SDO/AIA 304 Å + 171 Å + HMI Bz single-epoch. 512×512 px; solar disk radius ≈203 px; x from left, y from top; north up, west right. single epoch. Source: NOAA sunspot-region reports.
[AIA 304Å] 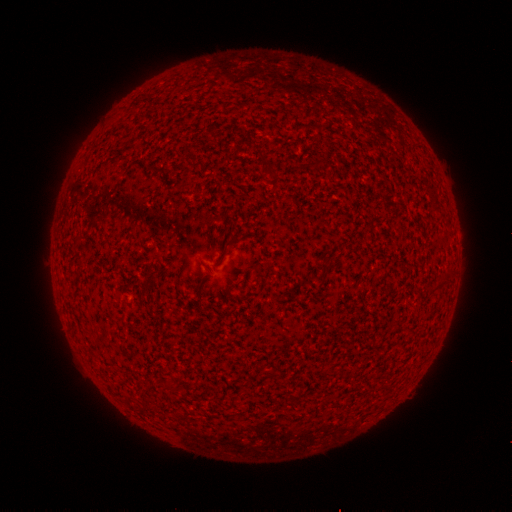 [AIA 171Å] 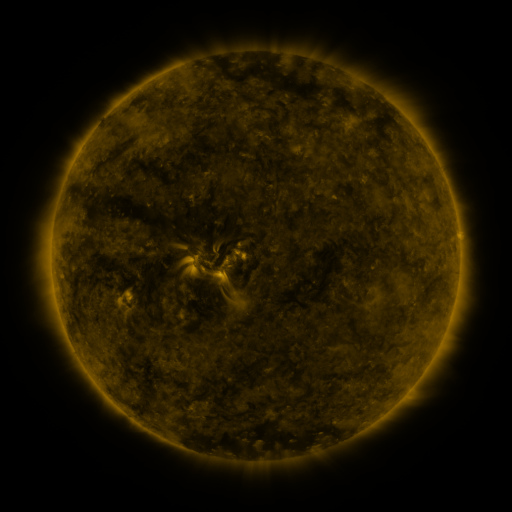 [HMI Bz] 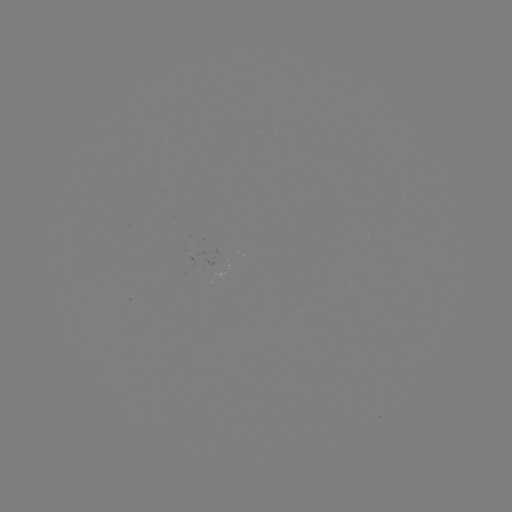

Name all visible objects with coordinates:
(none)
